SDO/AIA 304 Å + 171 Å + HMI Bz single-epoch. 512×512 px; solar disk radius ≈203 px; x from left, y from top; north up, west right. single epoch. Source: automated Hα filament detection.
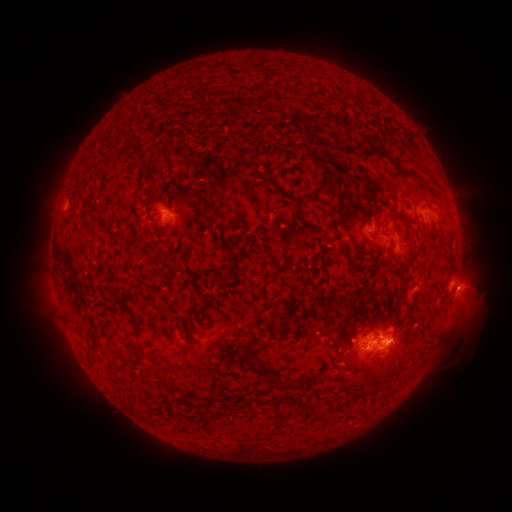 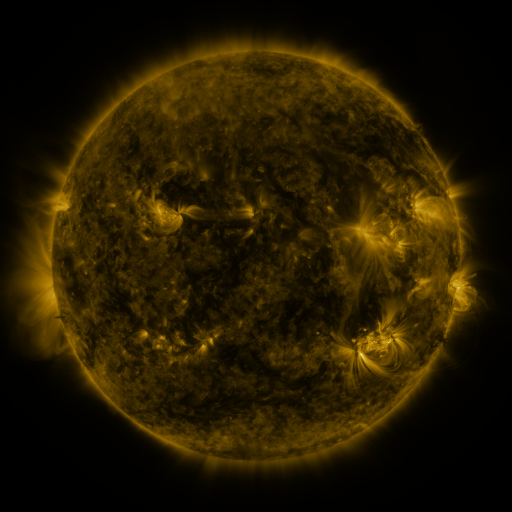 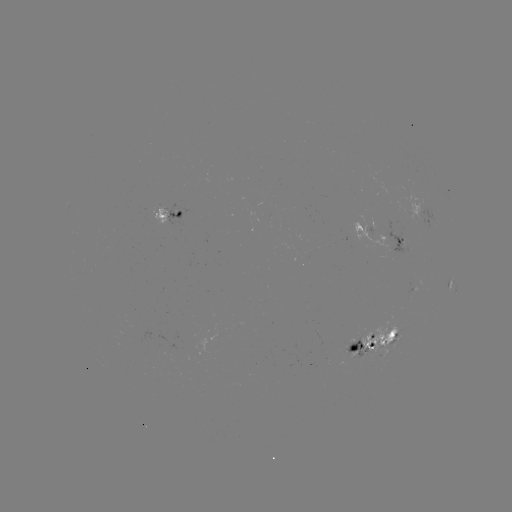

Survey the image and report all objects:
filament: <bbox>114, 113, 123, 131</bbox>
filament: <bbox>327, 113, 335, 123</bbox>
filament: <bbox>124, 118, 135, 127</bbox>
filament: <bbox>121, 135, 130, 148</bbox>
filament: <bbox>128, 163, 140, 172</bbox>
filament: <bbox>323, 172, 340, 193</bbox>
filament: <bbox>266, 173, 278, 189</bbox>
filament: <bbox>182, 184, 192, 193</bbox>
filament: <bbox>435, 189, 444, 197</bbox>
filament: <bbox>196, 192, 222, 221</bbox>
filament: <bbox>83, 201, 93, 211</bbox>
filament: <bbox>337, 204, 350, 226</bbox>
filament: <bbox>385, 208, 394, 218</bbox>
filament: <bbox>164, 211, 182, 237</bbox>
filament: <bbox>372, 226, 384, 234</bbox>
filament: <bbox>387, 237, 394, 249</bbox>
filament: <bbox>339, 241, 347, 251</bbox>
filament: <bbox>394, 246, 417, 269</bbox>
filament: <bbox>229, 249, 235, 260</bbox>
filament: <bbox>218, 275, 225, 285</bbox>
filament: <bbox>402, 291, 408, 302</bbox>
filament: <bbox>346, 308, 360, 331</bbox>
filament: <bbox>183, 313, 191, 324</bbox>
filament: <bbox>267, 316, 279, 327</bbox>
filament: <bbox>237, 331, 283, 380</bbox>
filament: <bbox>132, 348, 159, 364</bbox>
filament: <bbox>364, 348, 374, 354</bbox>
filament: <bbox>340, 351, 351, 370</bbox>
filament: <bbox>311, 372, 321, 383</bbox>
filament: <bbox>351, 374, 363, 384</bbox>
filament: <bbox>145, 411, 154, 421</bbox>
